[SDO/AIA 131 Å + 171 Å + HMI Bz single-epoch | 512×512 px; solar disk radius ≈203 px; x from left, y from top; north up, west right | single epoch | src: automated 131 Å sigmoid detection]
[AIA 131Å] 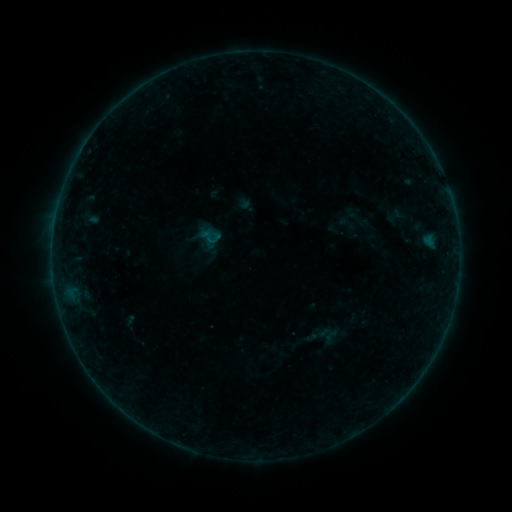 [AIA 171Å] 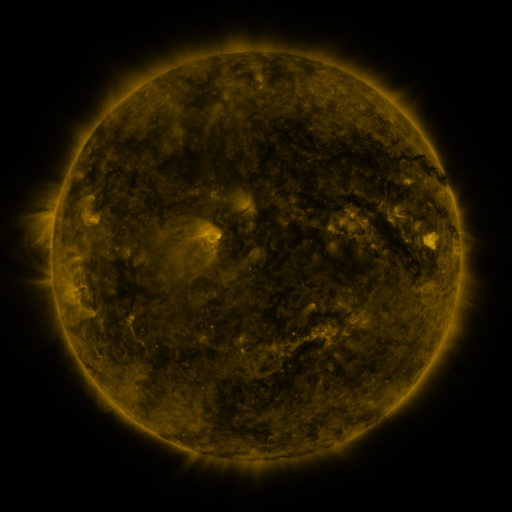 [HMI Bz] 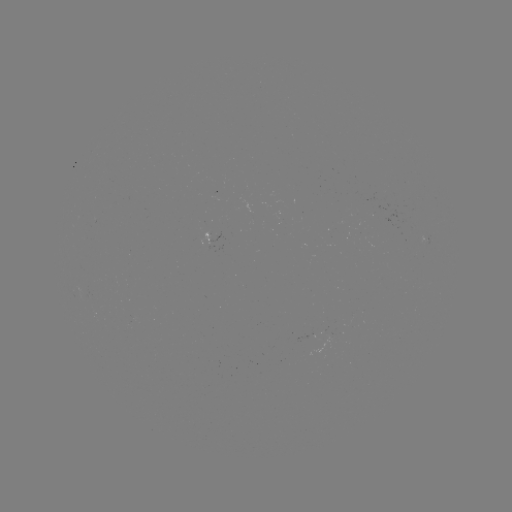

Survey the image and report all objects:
sigmoid: <bbox>198, 223, 223, 249</bbox>
